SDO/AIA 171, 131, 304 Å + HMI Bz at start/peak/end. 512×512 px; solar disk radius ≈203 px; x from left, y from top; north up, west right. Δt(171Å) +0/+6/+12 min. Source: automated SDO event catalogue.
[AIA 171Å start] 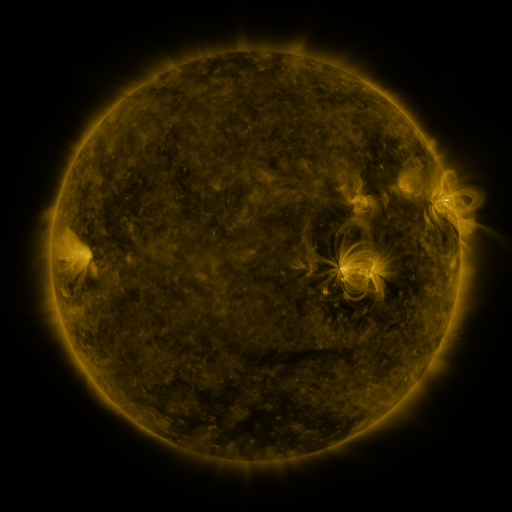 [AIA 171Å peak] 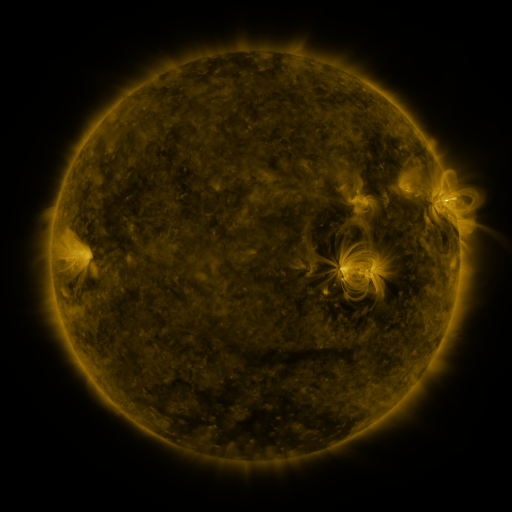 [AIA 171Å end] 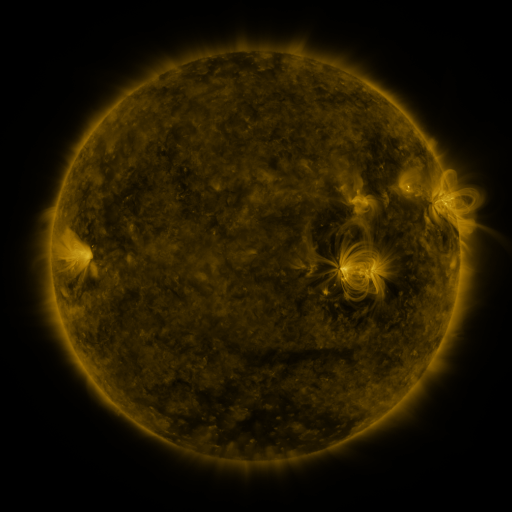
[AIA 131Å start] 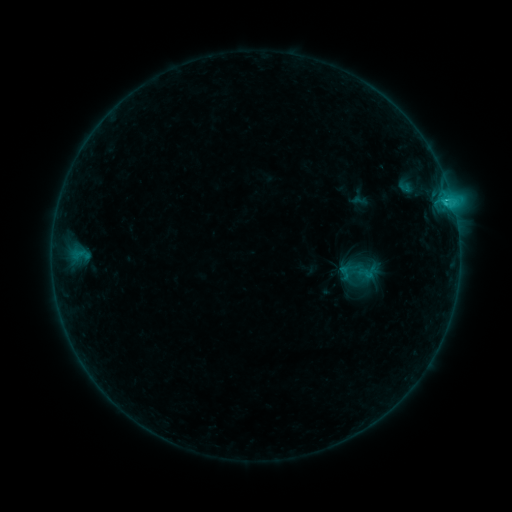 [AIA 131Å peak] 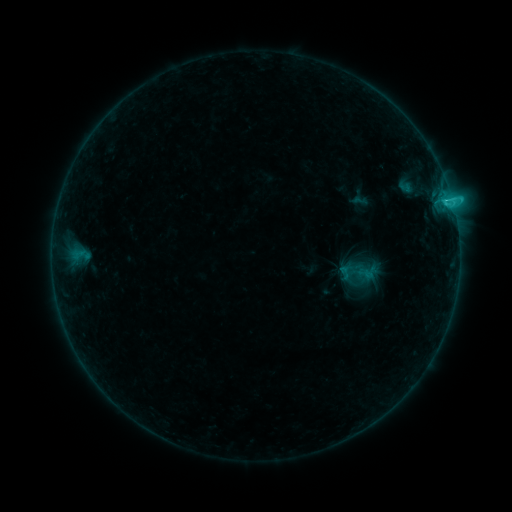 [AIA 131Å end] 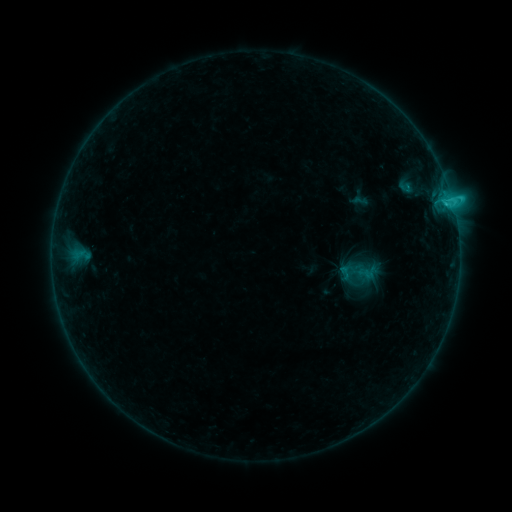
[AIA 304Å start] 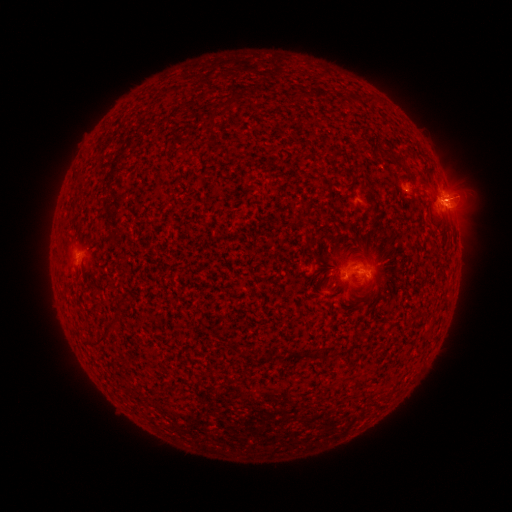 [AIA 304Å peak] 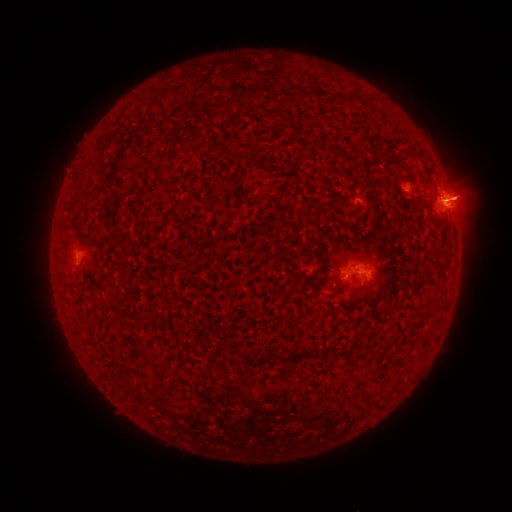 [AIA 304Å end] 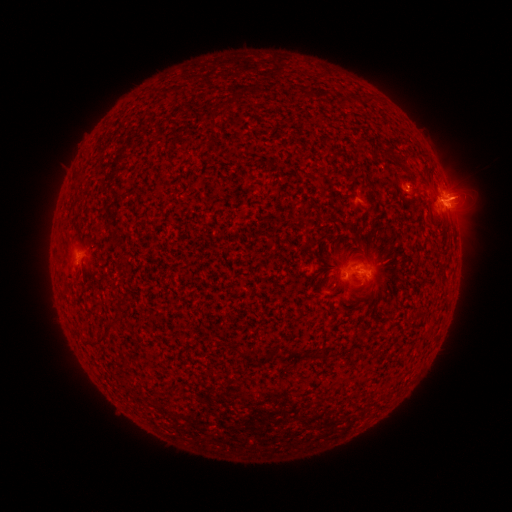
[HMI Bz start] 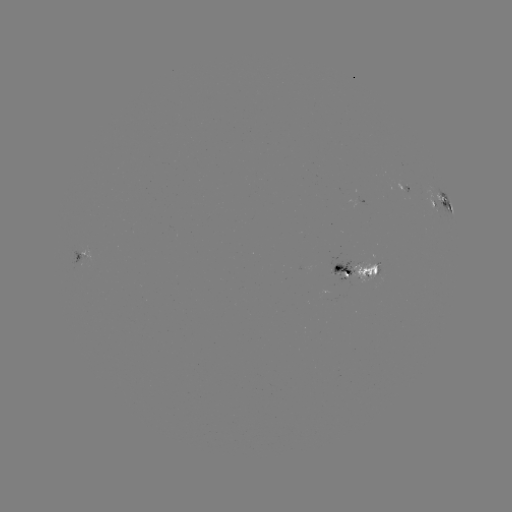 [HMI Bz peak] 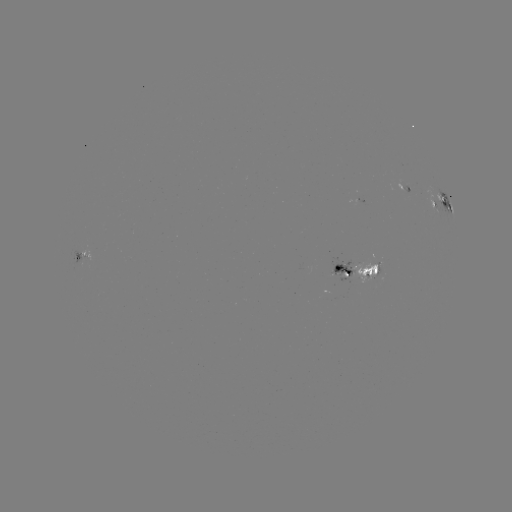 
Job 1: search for eruption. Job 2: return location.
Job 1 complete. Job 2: (461, 195).